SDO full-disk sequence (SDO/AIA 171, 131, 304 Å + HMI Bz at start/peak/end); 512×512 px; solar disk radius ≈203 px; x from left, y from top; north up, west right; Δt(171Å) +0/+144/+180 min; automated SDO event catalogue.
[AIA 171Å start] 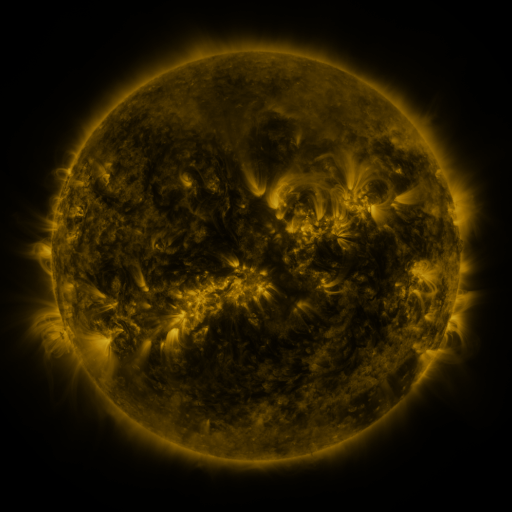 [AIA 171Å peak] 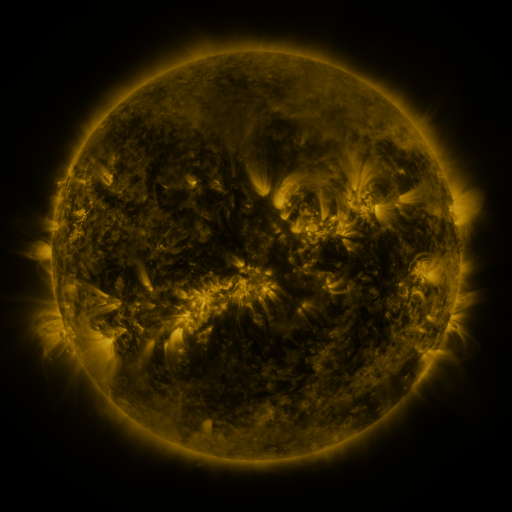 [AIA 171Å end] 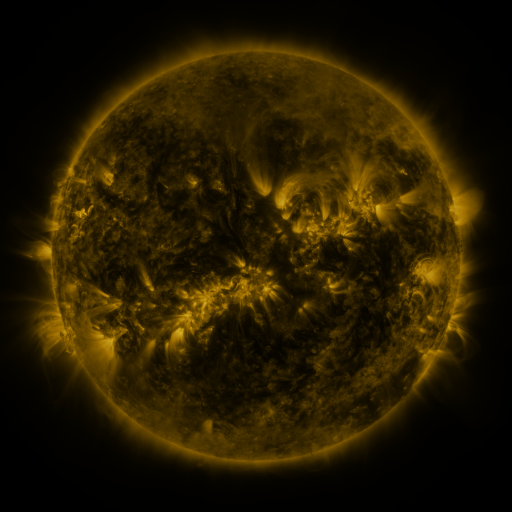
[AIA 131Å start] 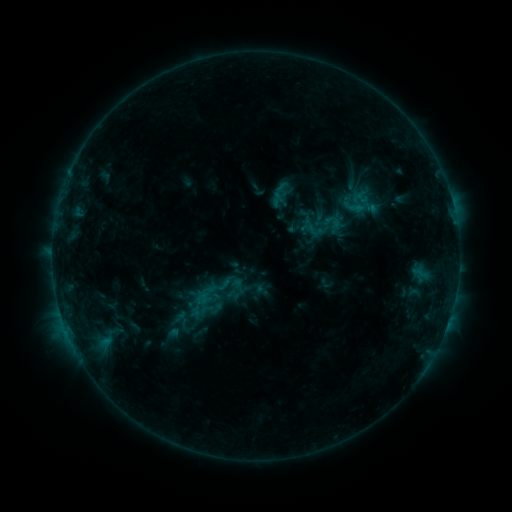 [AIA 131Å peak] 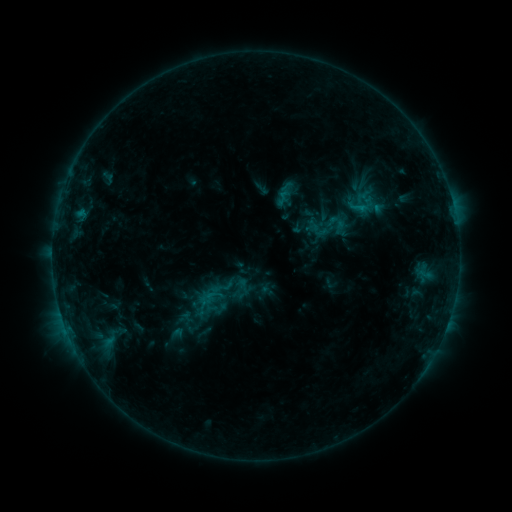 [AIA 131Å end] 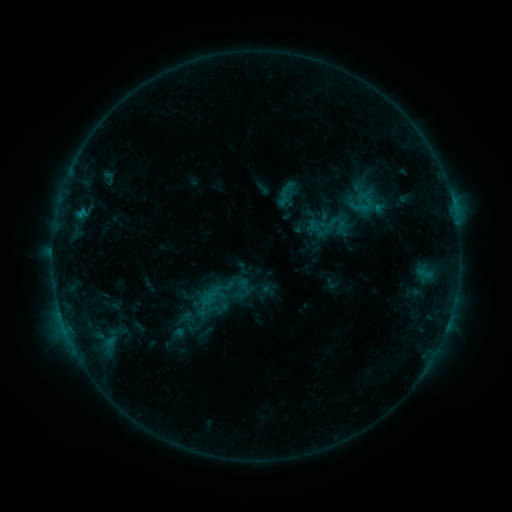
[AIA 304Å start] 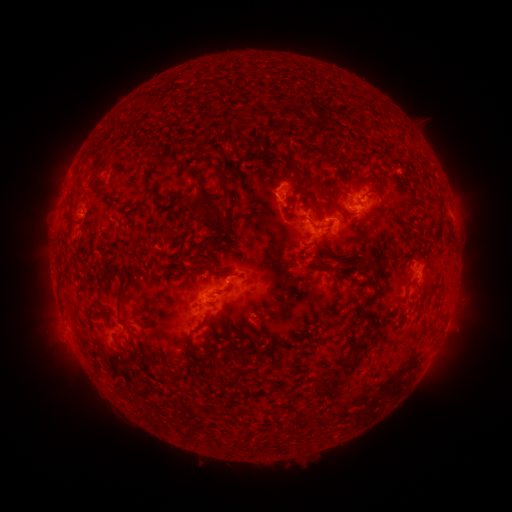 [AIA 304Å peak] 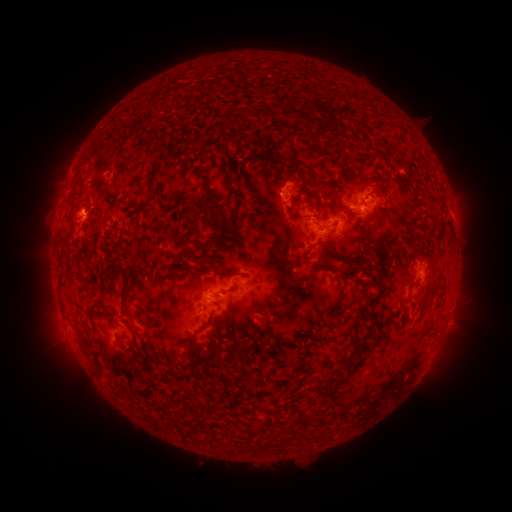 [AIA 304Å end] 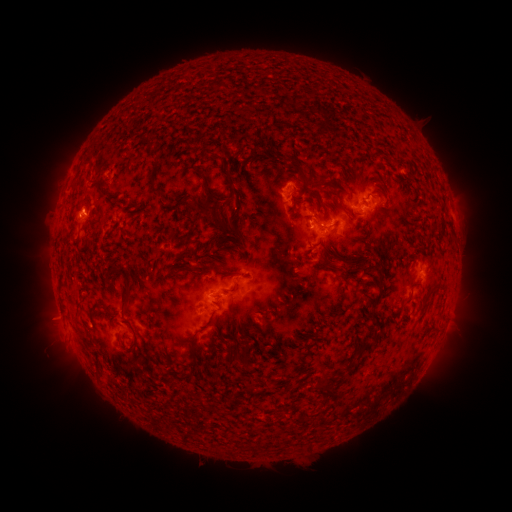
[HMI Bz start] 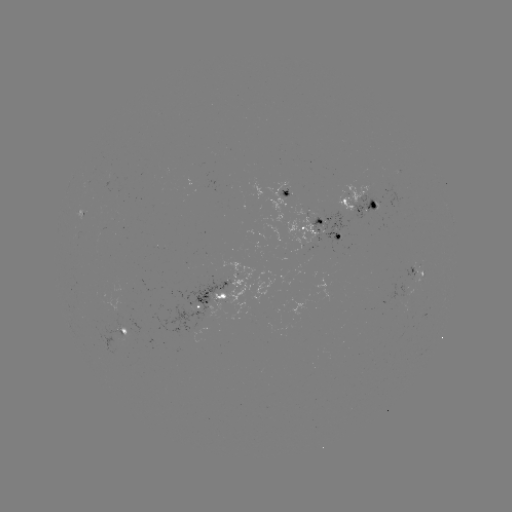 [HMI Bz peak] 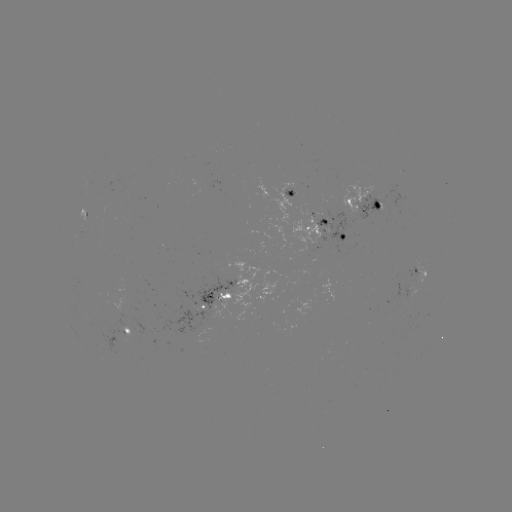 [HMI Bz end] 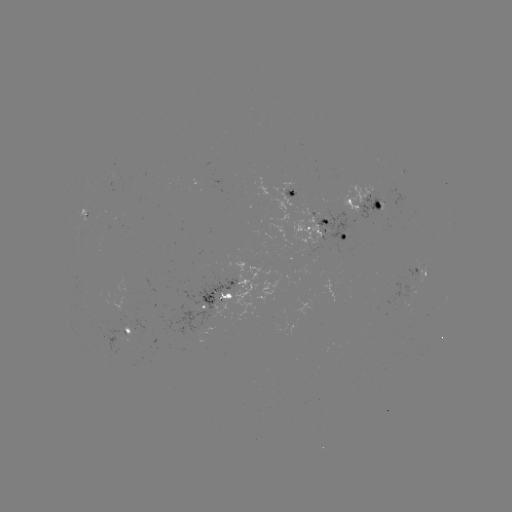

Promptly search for emerging-flux region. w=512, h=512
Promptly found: (370, 208).